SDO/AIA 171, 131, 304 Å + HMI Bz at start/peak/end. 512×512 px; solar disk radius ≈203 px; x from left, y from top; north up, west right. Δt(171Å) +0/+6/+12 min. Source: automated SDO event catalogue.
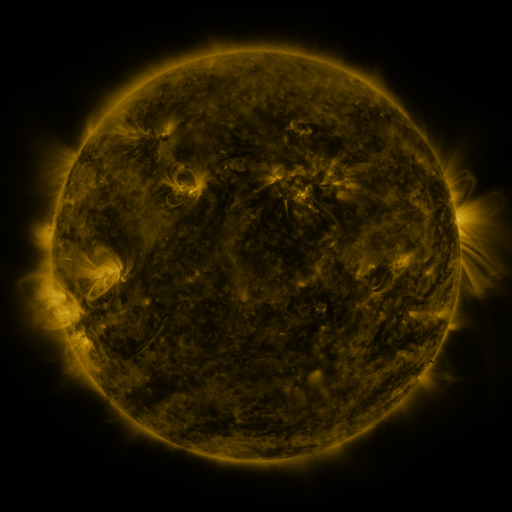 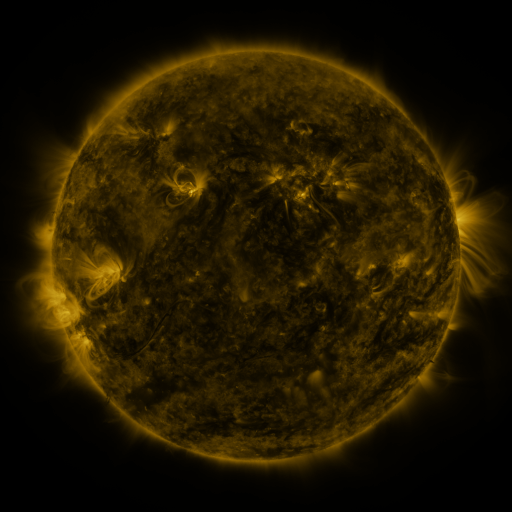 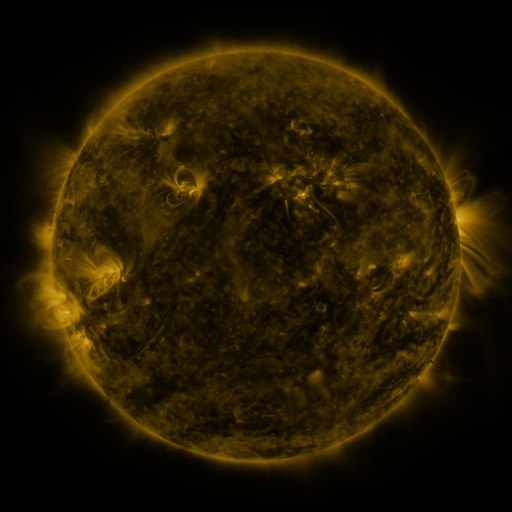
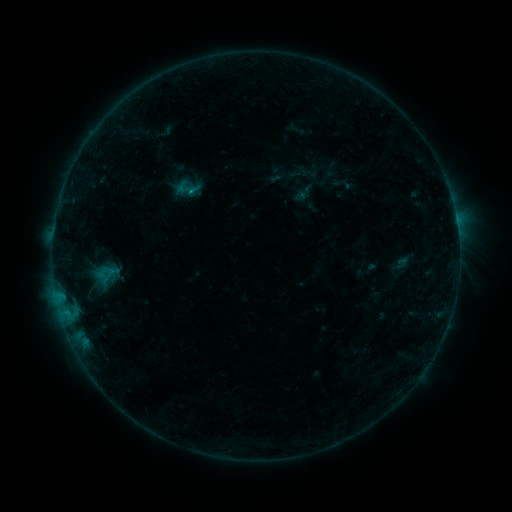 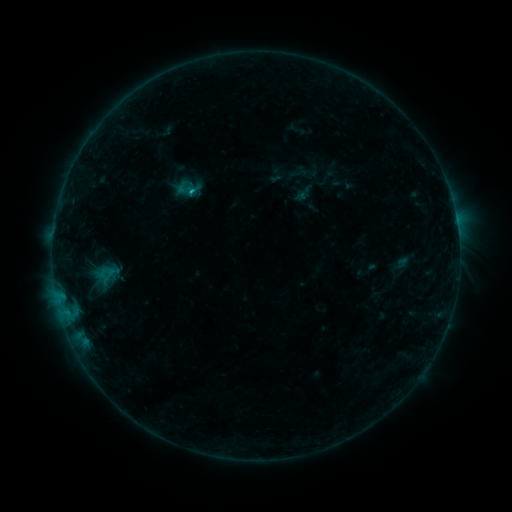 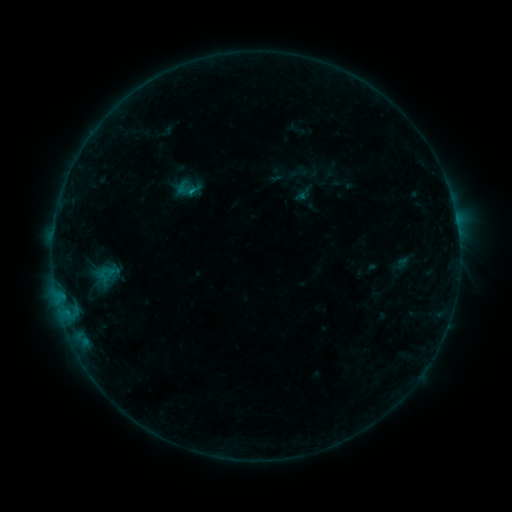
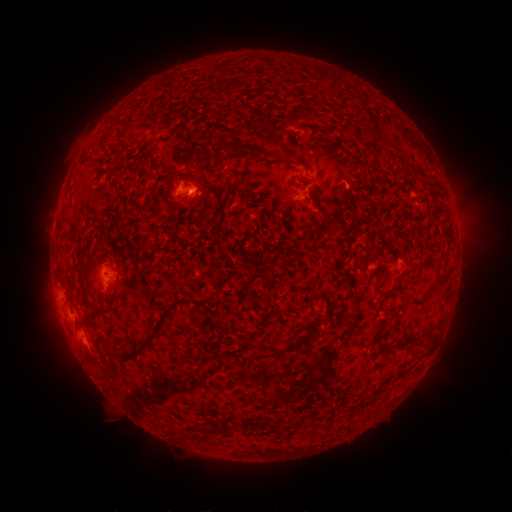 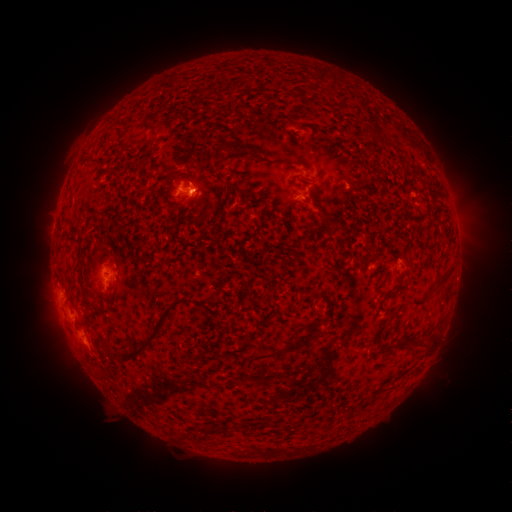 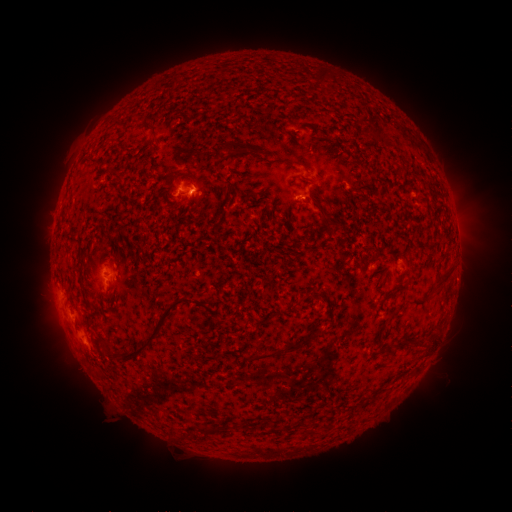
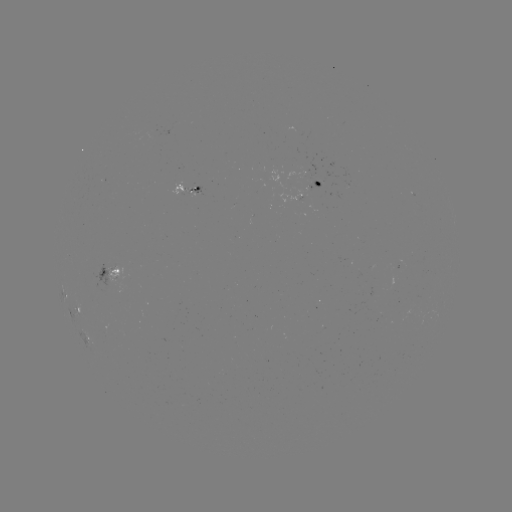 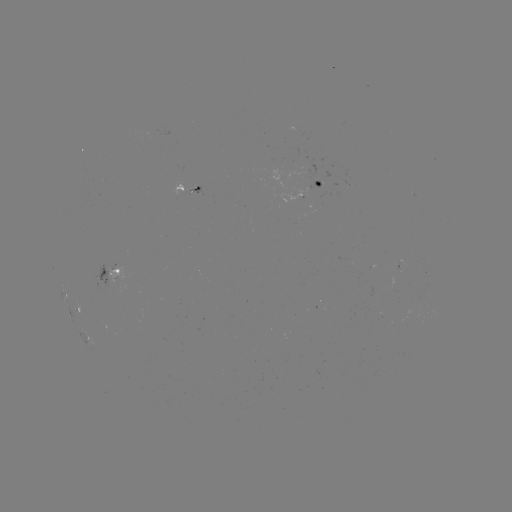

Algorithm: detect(B6.3 flare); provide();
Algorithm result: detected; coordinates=194,194